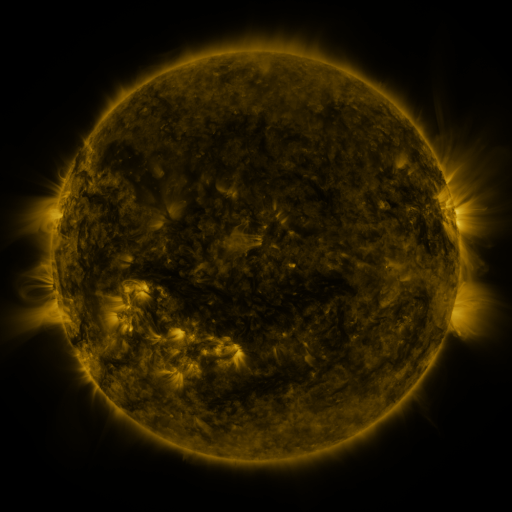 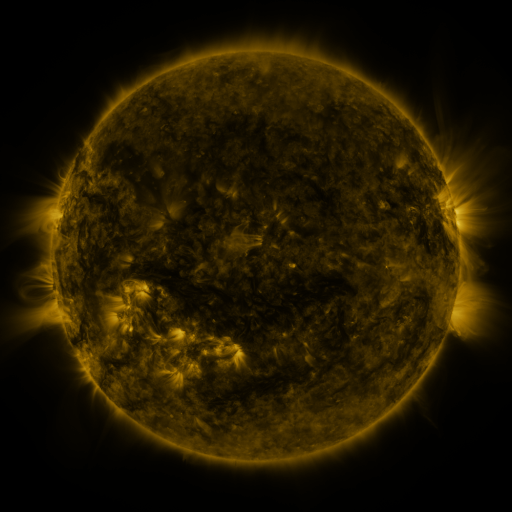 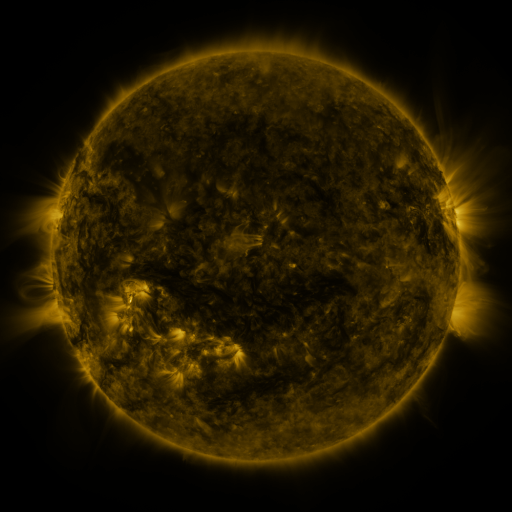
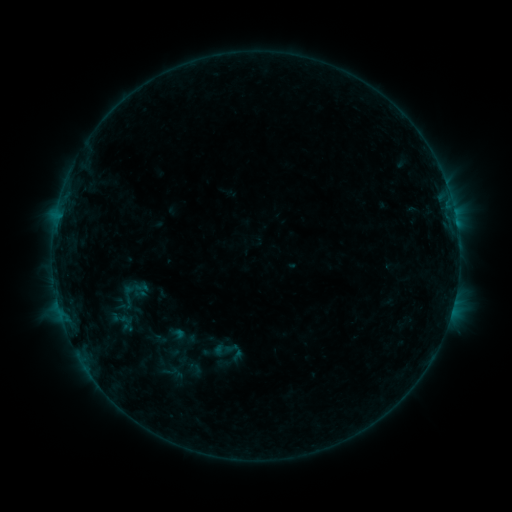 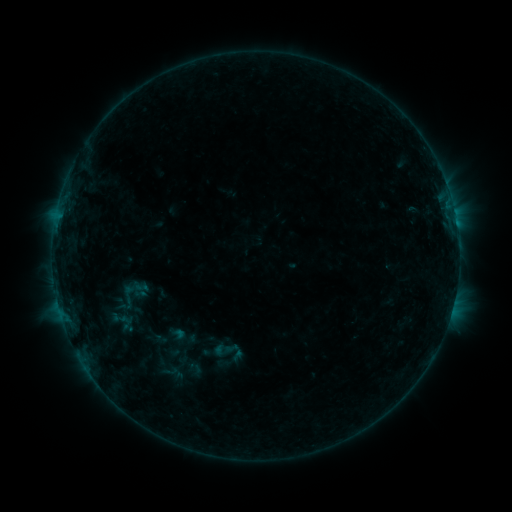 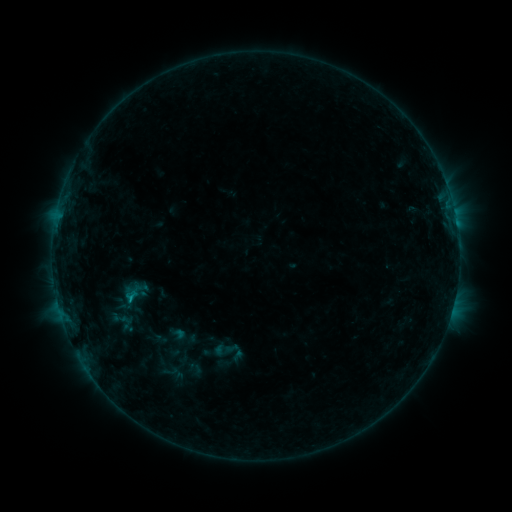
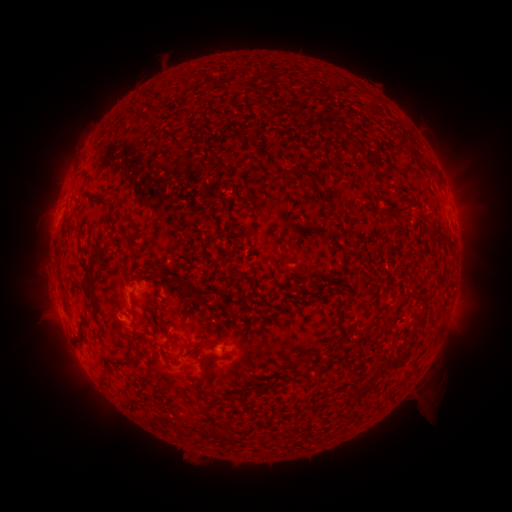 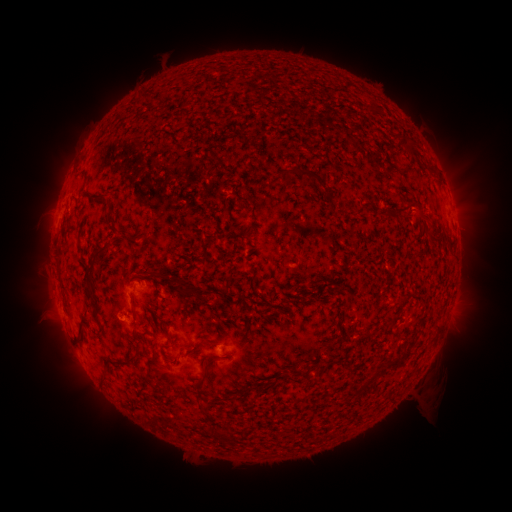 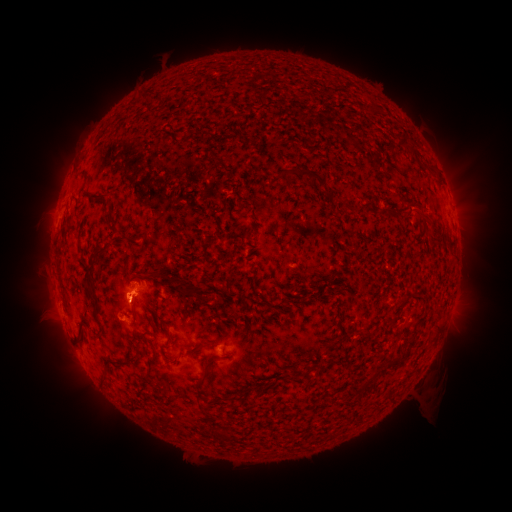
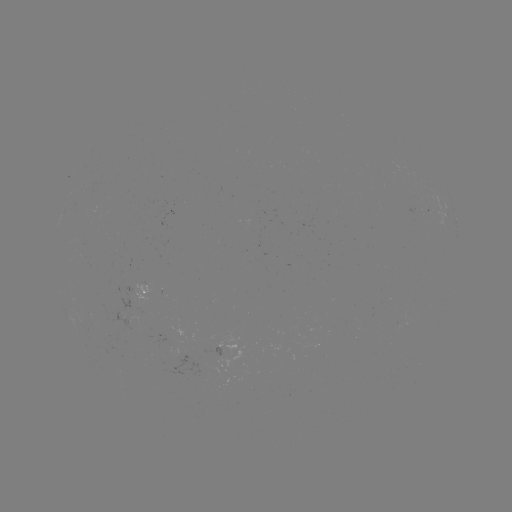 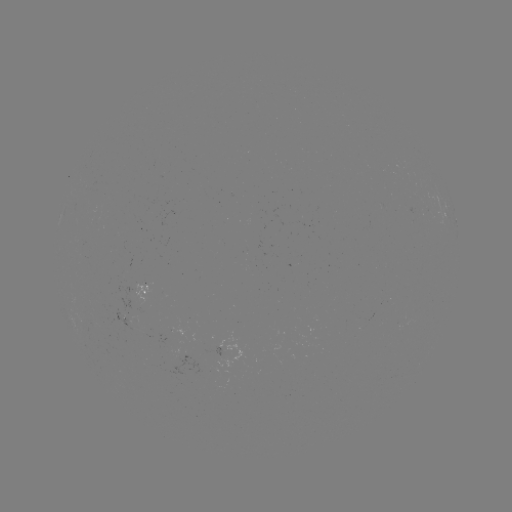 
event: eruption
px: (124, 296)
